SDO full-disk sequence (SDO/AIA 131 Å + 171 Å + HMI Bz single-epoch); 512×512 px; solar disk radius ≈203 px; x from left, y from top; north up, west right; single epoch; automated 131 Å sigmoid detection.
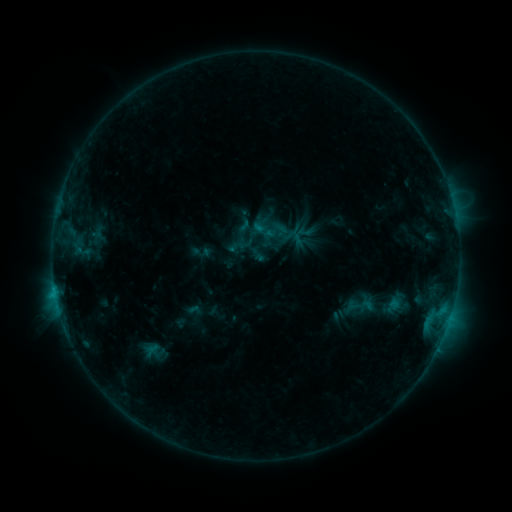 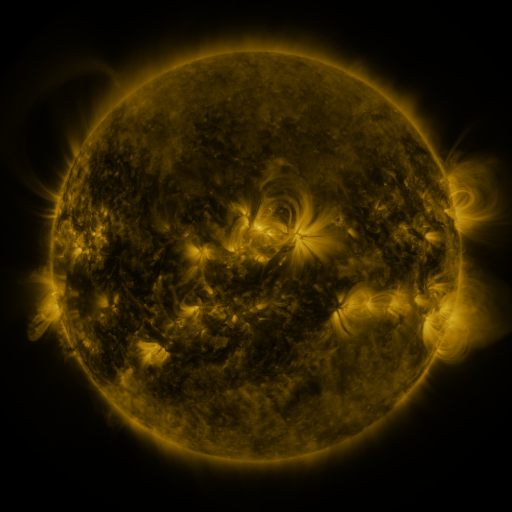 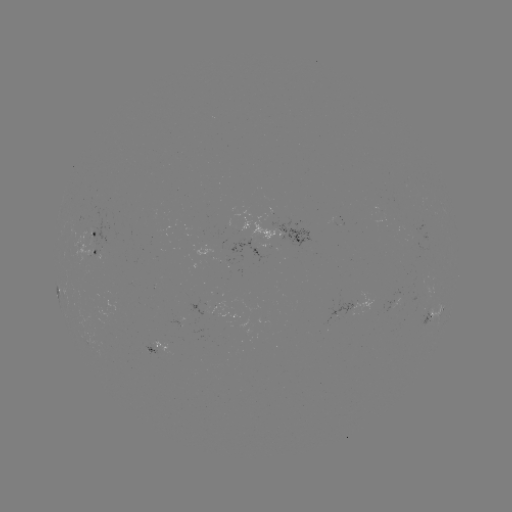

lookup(sigmoid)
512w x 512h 393,307